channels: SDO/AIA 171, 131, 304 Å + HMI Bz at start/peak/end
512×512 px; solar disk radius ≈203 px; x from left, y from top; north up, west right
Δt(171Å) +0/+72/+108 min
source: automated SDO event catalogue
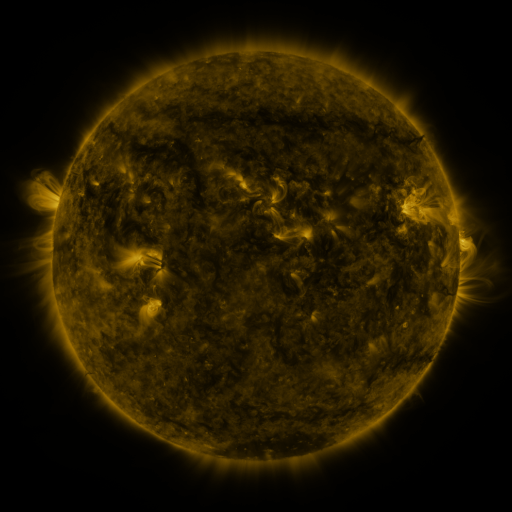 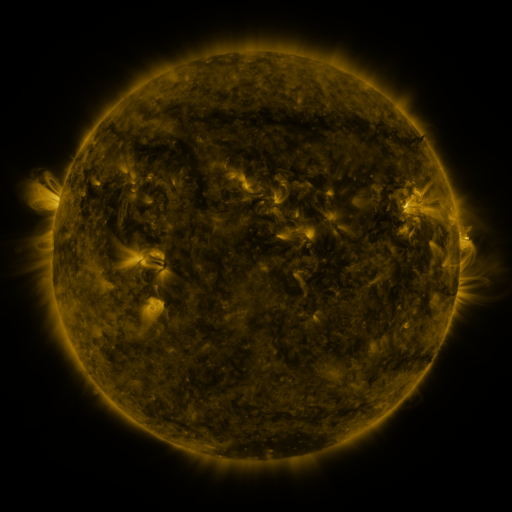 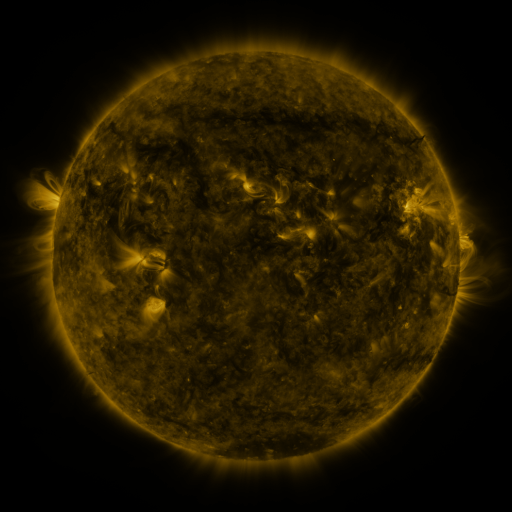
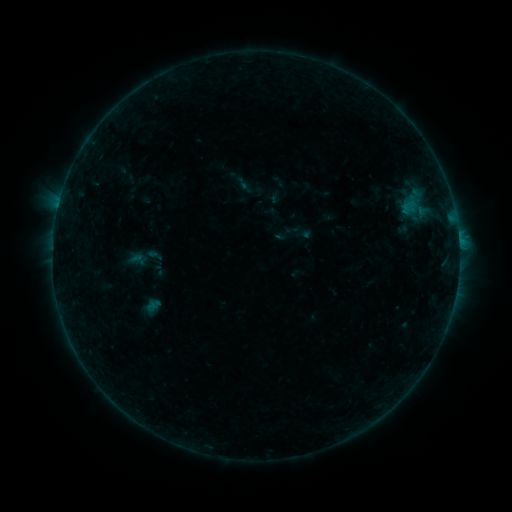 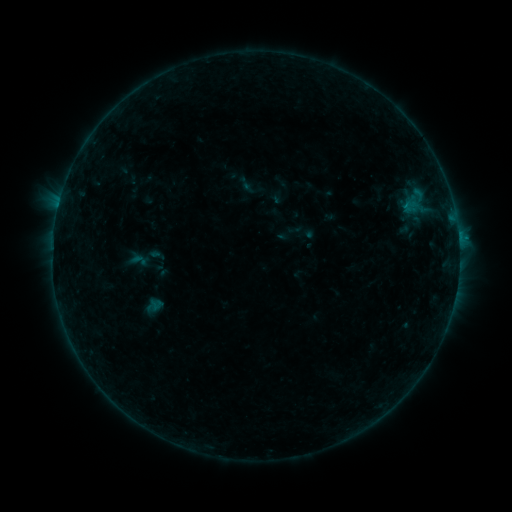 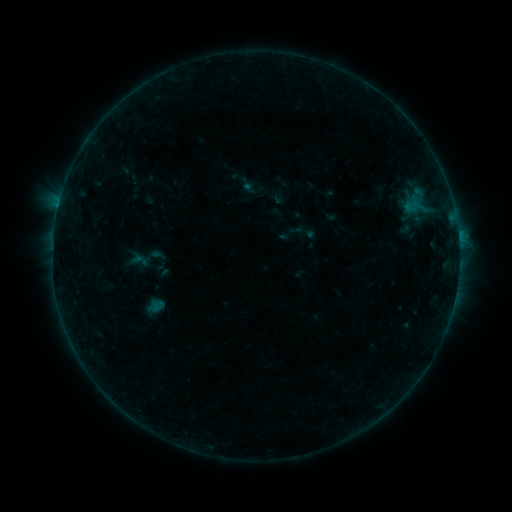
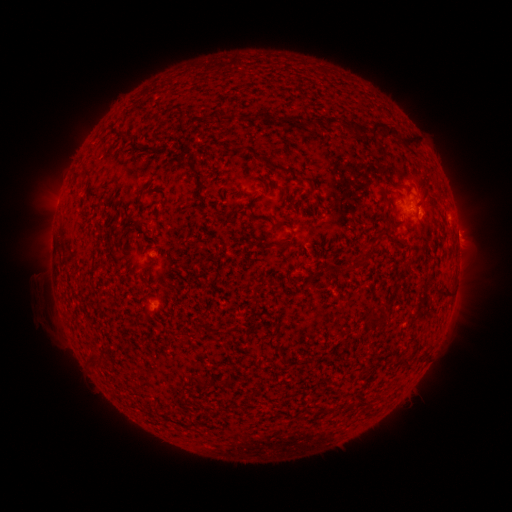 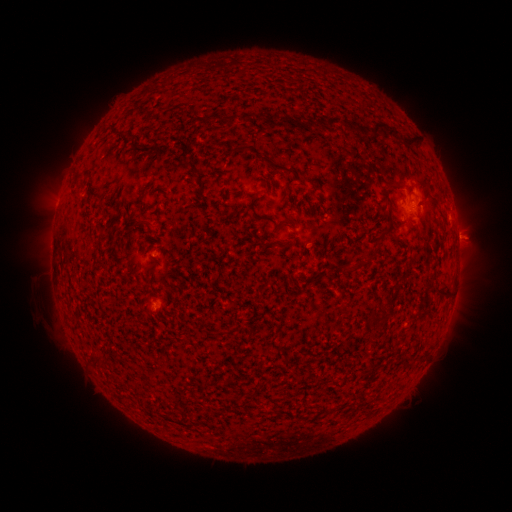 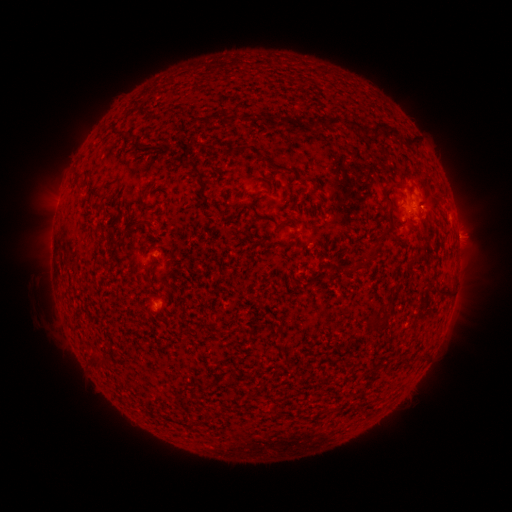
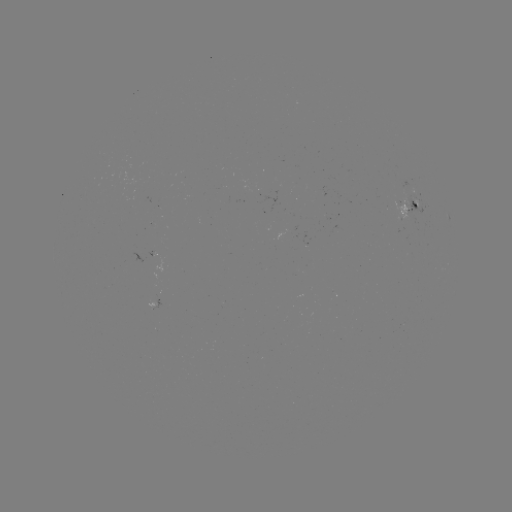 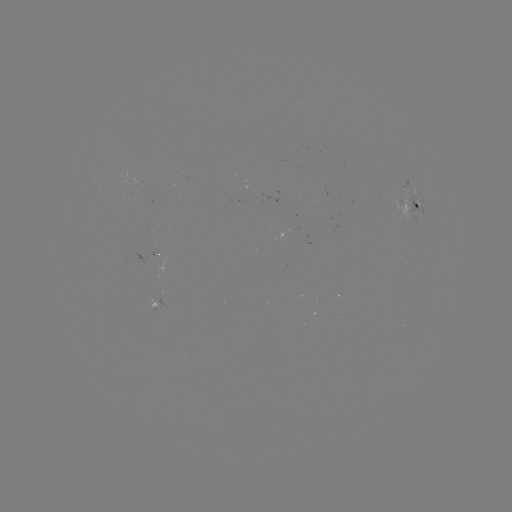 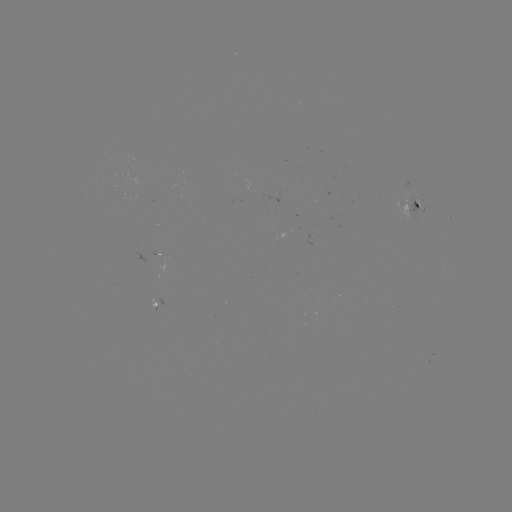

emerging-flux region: (303, 232, 316, 247)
